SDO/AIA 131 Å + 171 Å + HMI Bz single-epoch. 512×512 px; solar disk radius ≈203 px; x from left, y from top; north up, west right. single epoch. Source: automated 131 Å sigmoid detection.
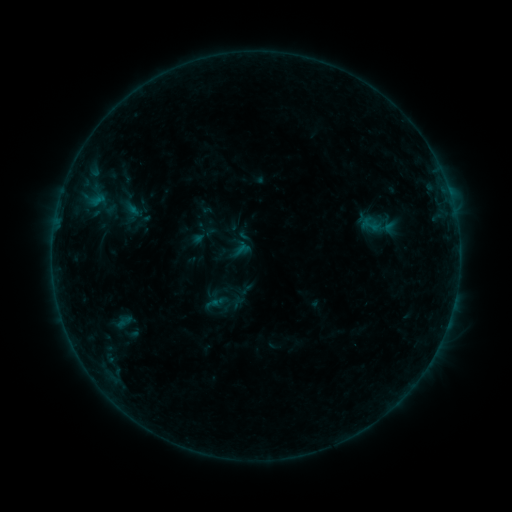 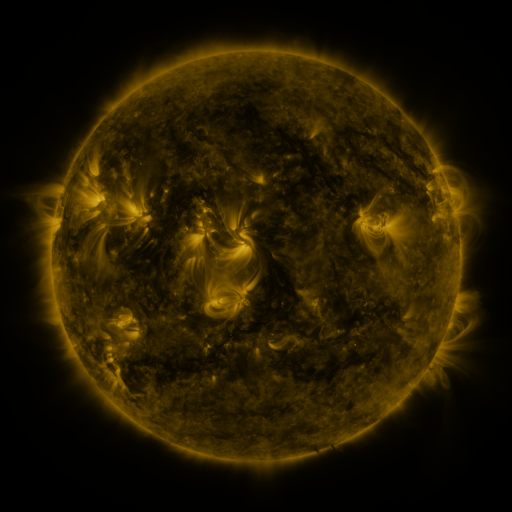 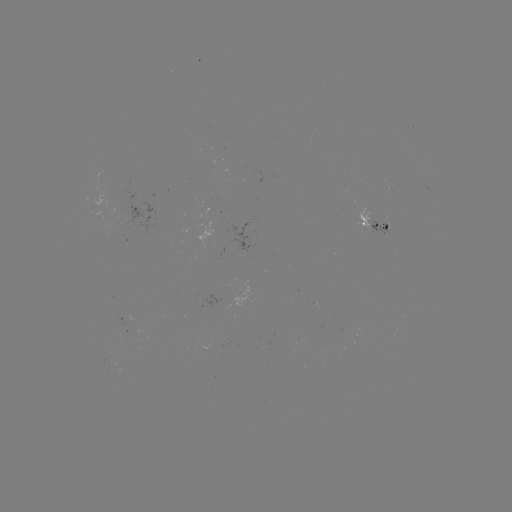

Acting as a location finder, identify sigmoid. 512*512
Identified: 370,225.